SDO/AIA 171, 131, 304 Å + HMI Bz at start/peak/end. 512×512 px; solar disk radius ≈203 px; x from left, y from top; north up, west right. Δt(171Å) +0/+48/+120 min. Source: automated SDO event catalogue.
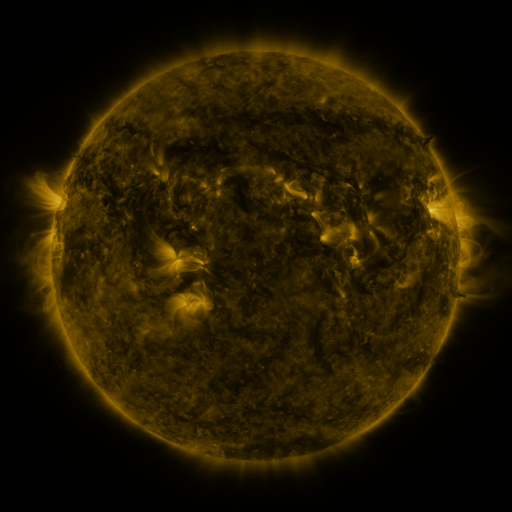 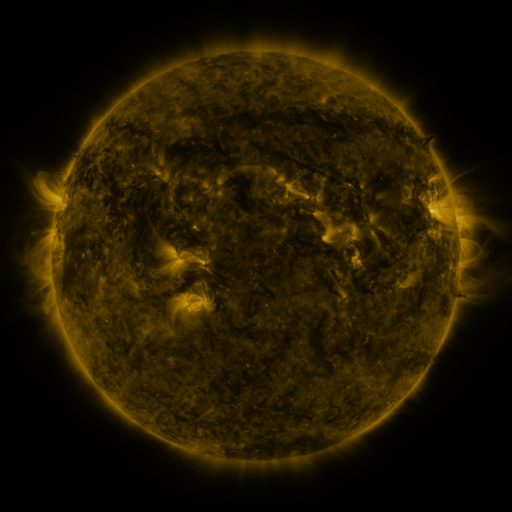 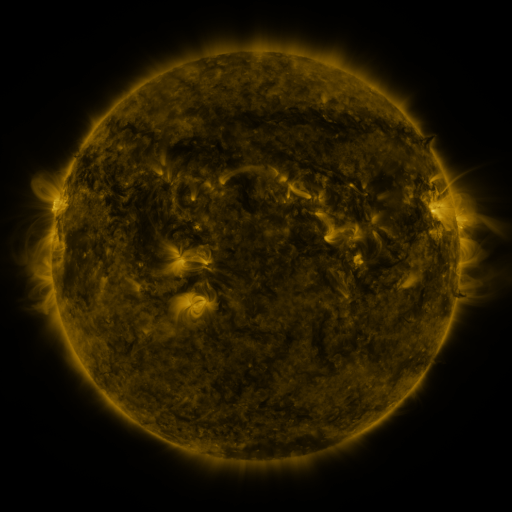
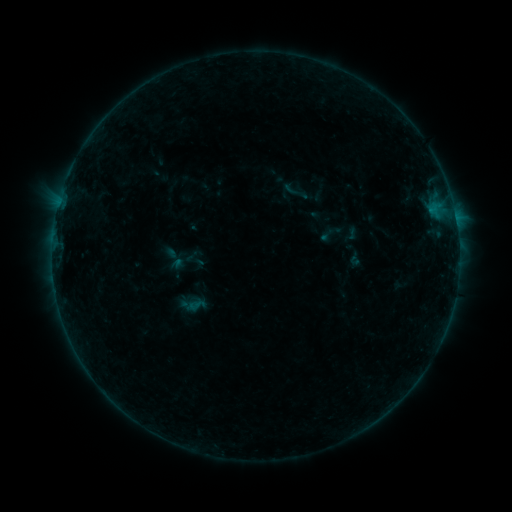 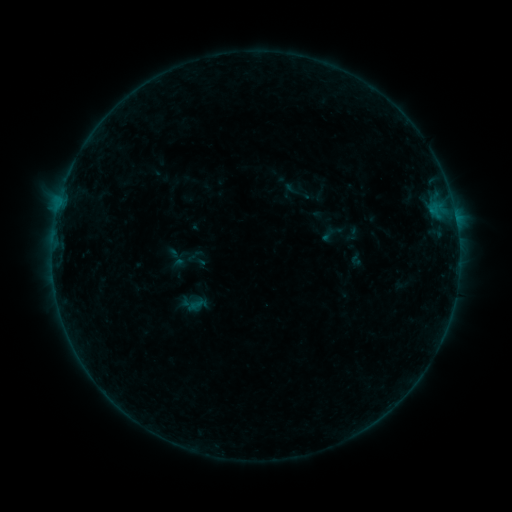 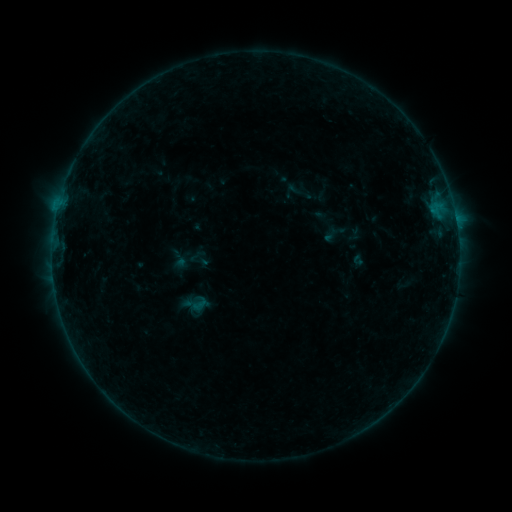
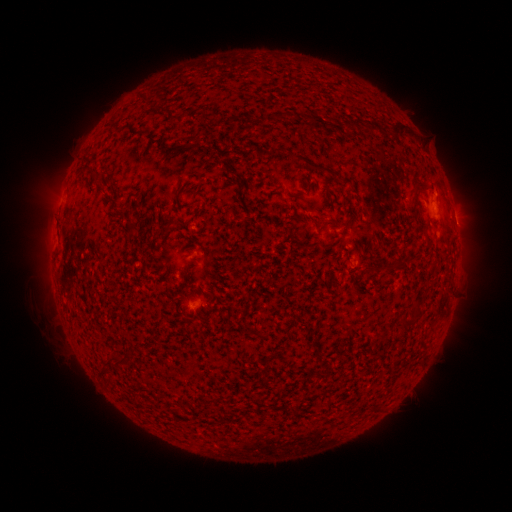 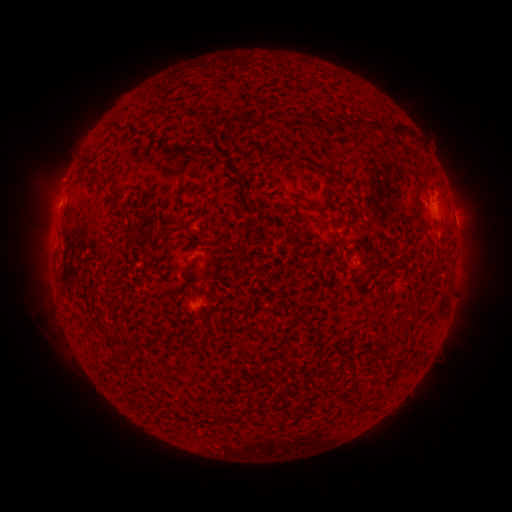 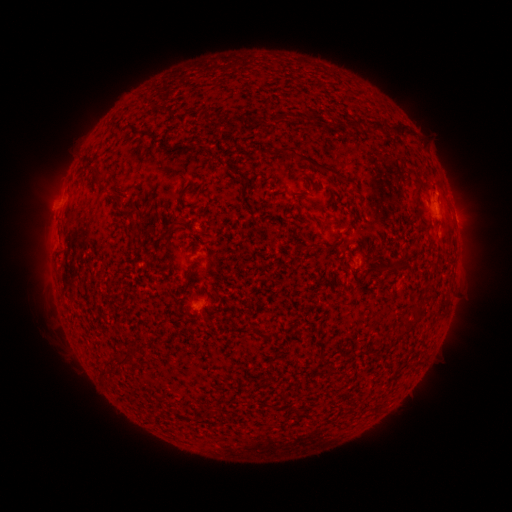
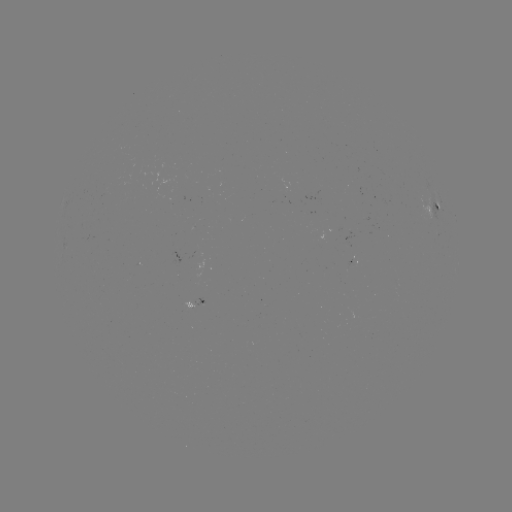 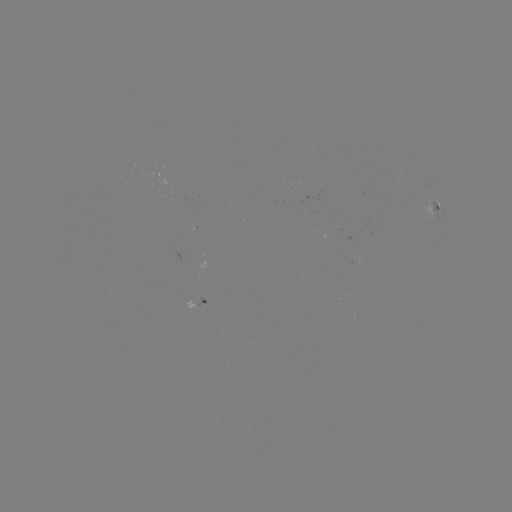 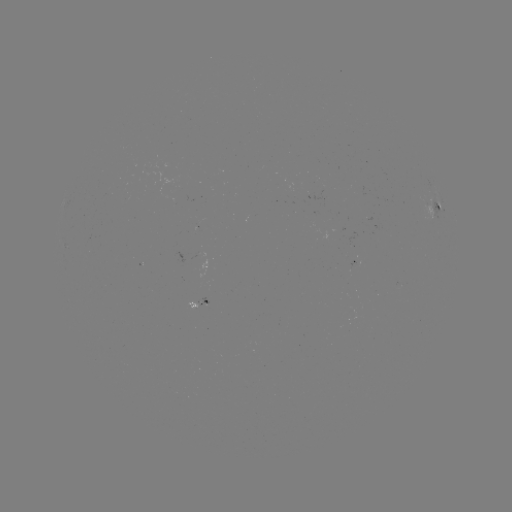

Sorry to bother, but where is B3.4 flare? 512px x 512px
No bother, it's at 57,210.